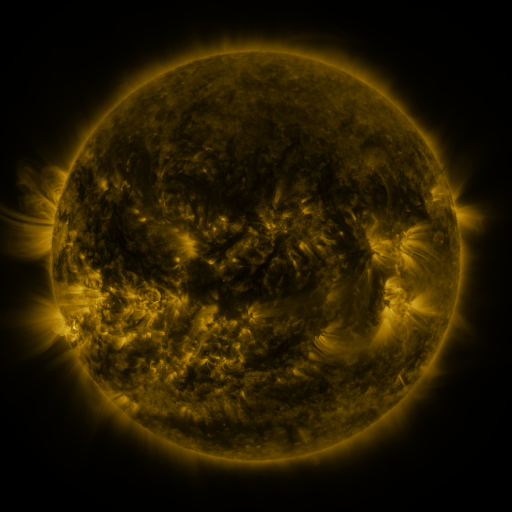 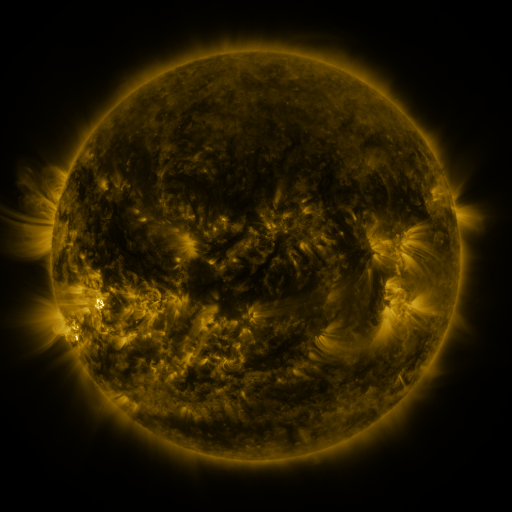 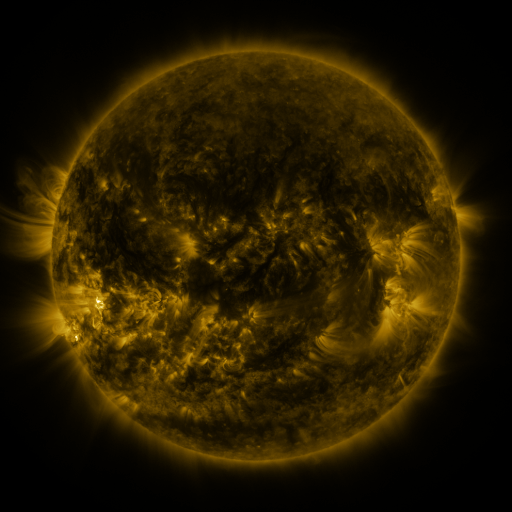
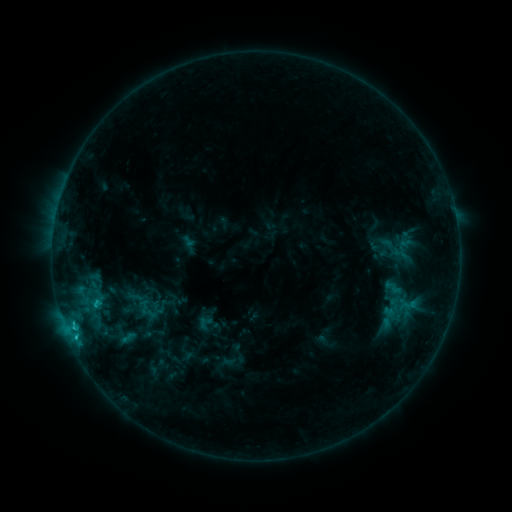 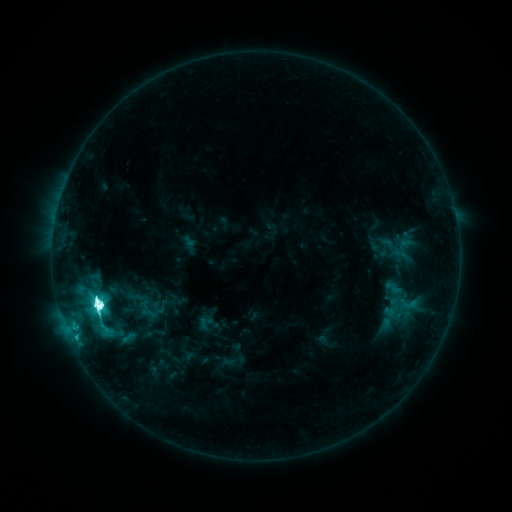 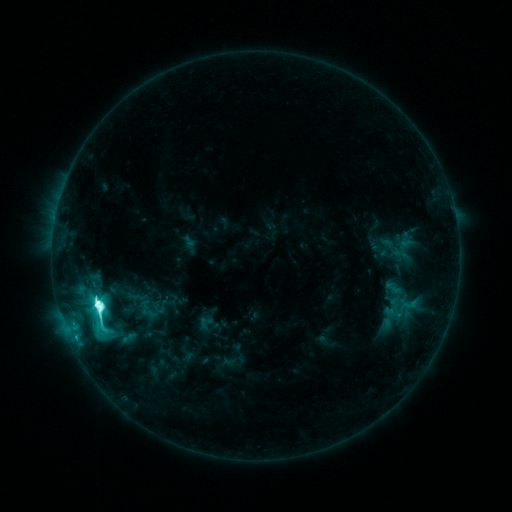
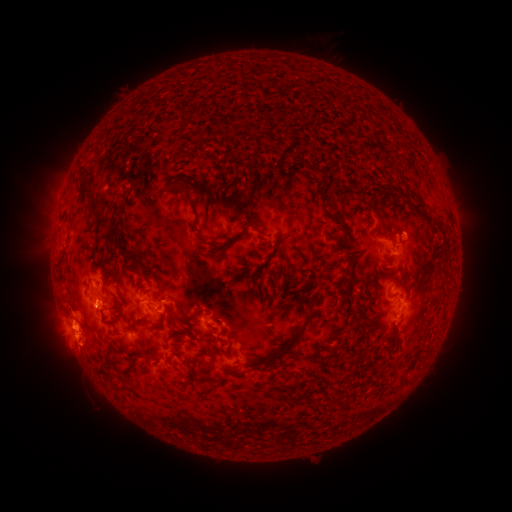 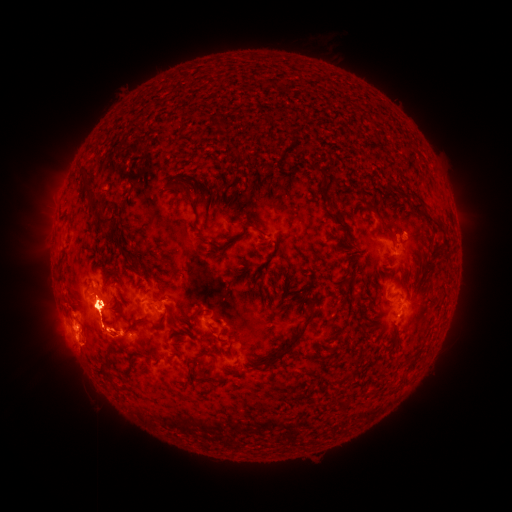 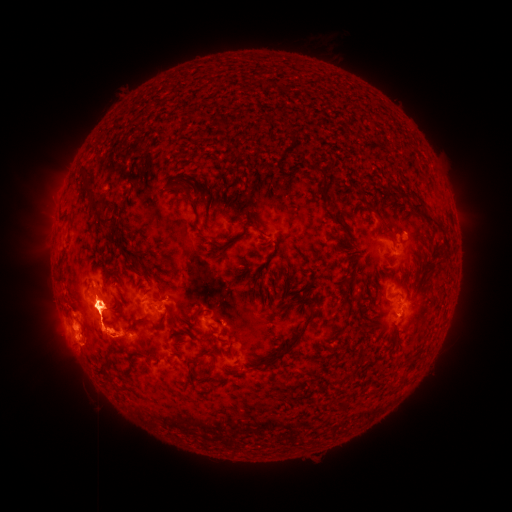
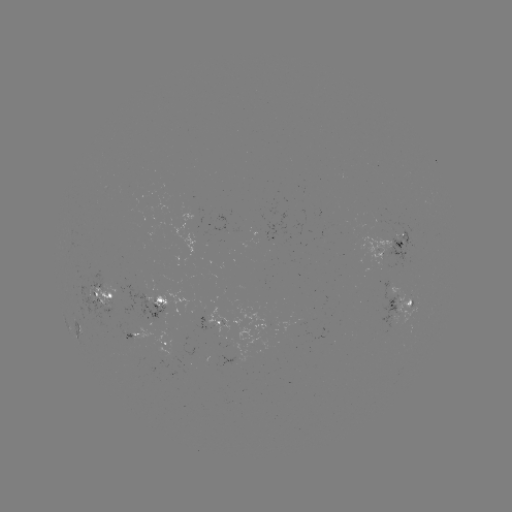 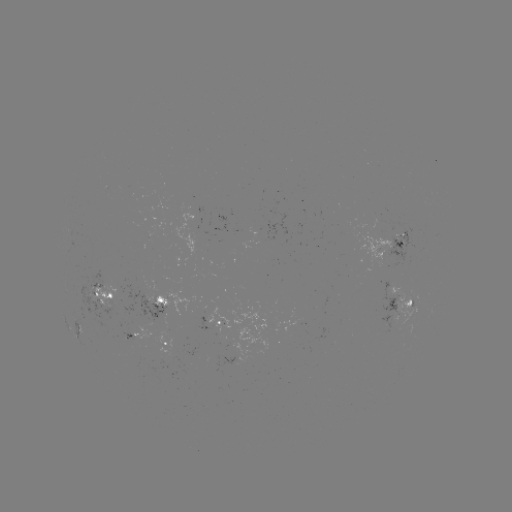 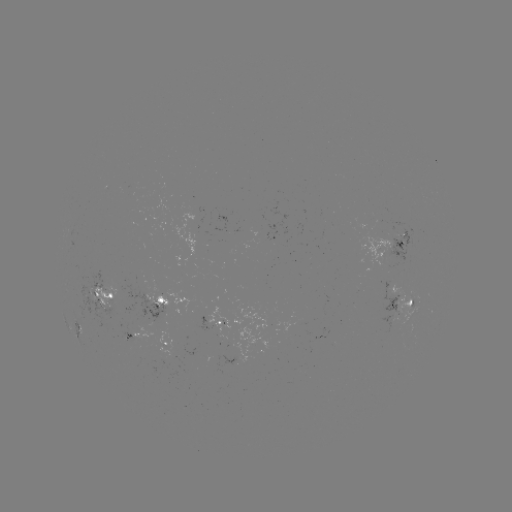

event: flare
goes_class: M2.5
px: (100, 303)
